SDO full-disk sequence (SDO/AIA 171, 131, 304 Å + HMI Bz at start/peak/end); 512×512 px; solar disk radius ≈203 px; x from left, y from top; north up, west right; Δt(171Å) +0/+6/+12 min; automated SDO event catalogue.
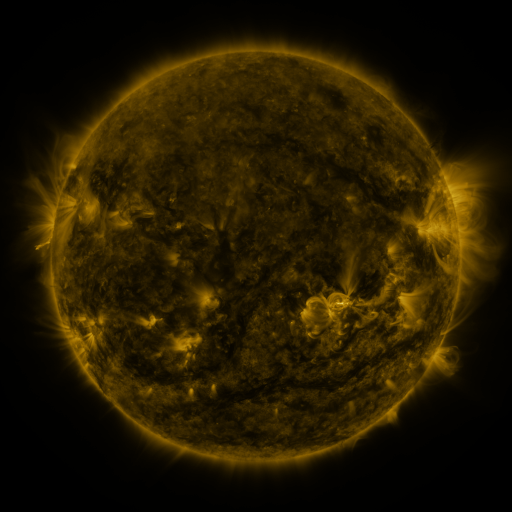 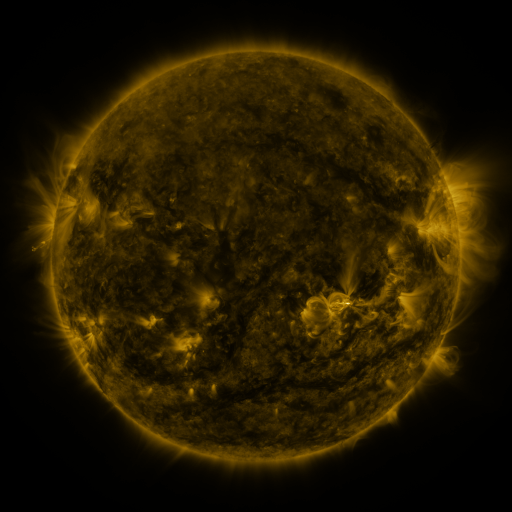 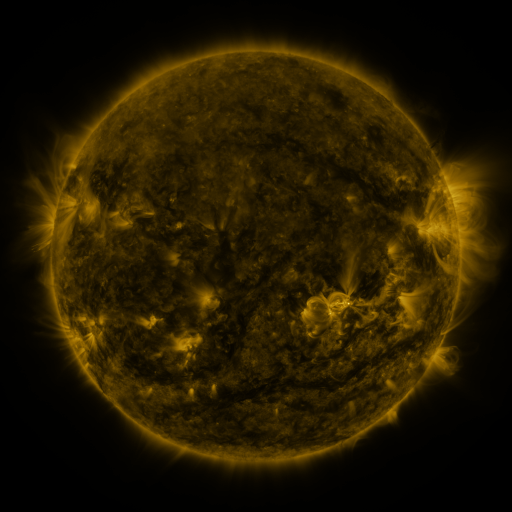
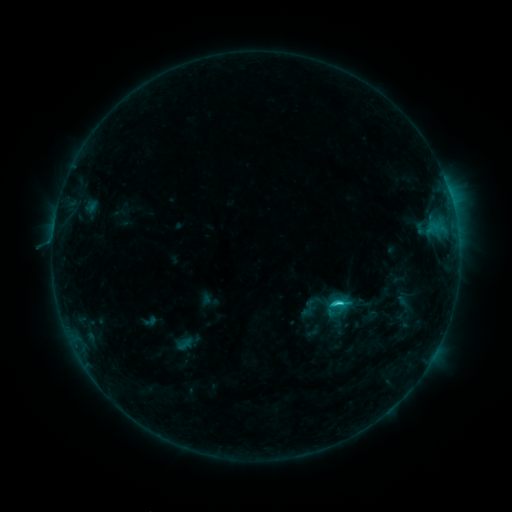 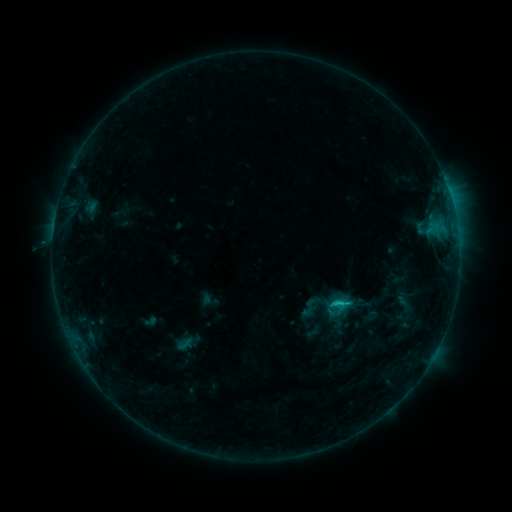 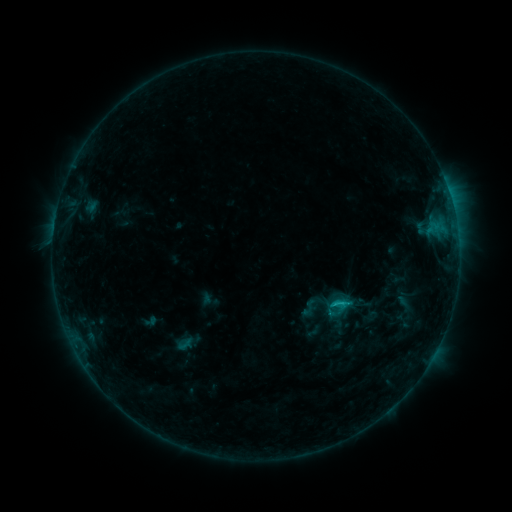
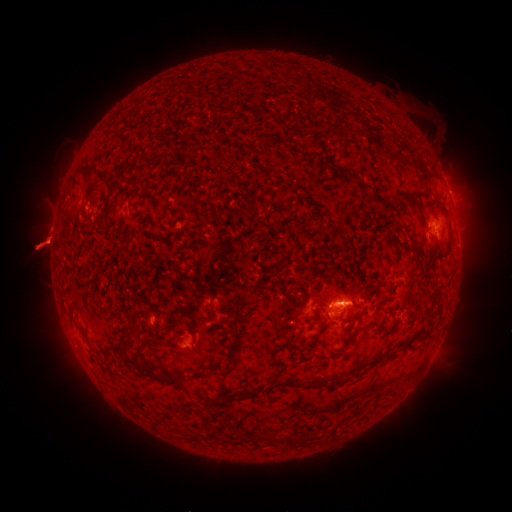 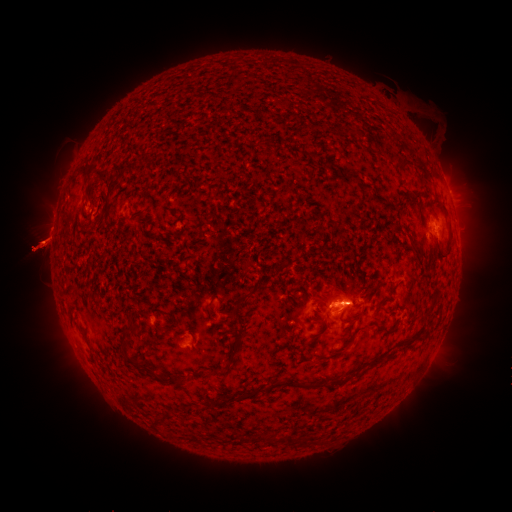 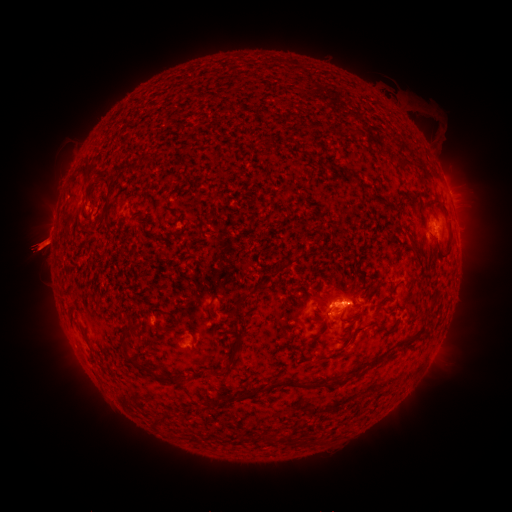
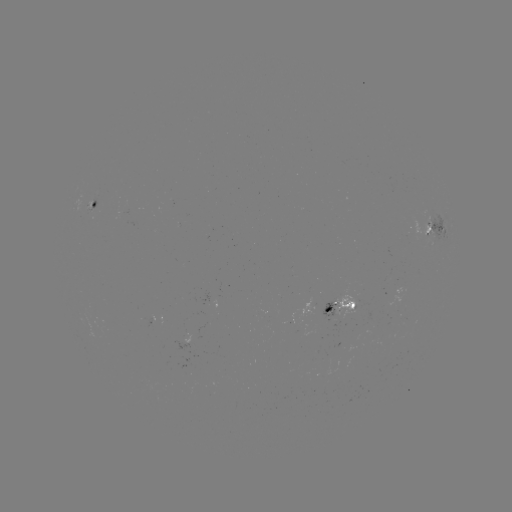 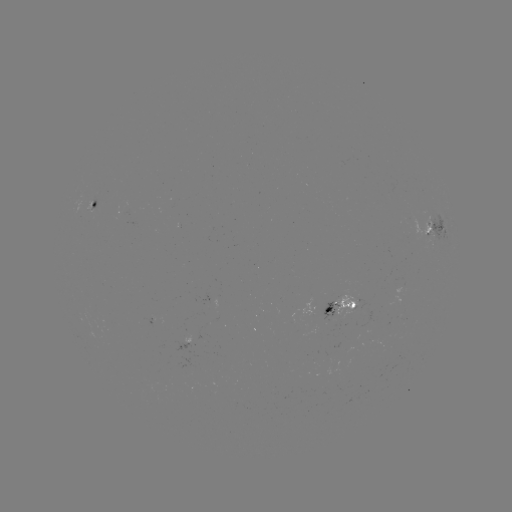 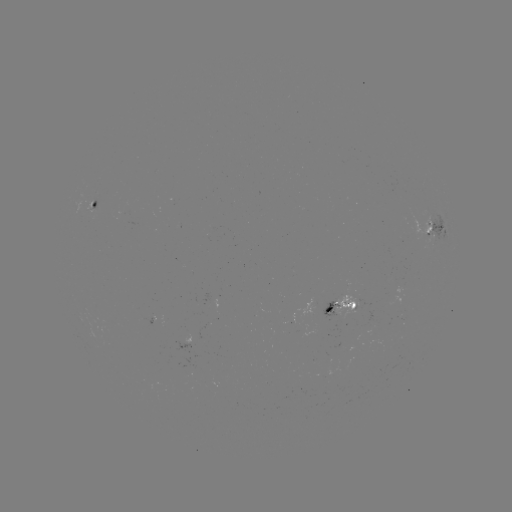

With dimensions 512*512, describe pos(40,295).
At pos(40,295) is eruption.